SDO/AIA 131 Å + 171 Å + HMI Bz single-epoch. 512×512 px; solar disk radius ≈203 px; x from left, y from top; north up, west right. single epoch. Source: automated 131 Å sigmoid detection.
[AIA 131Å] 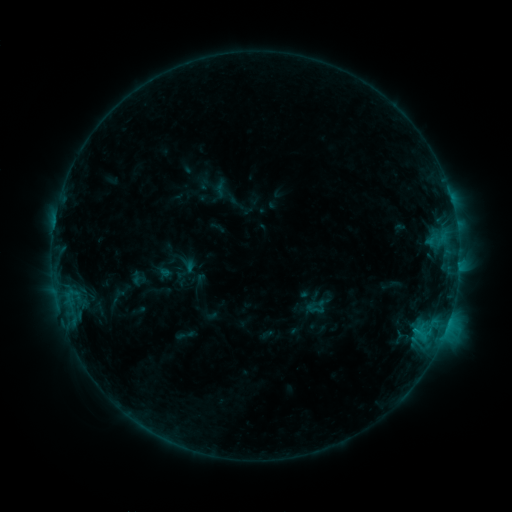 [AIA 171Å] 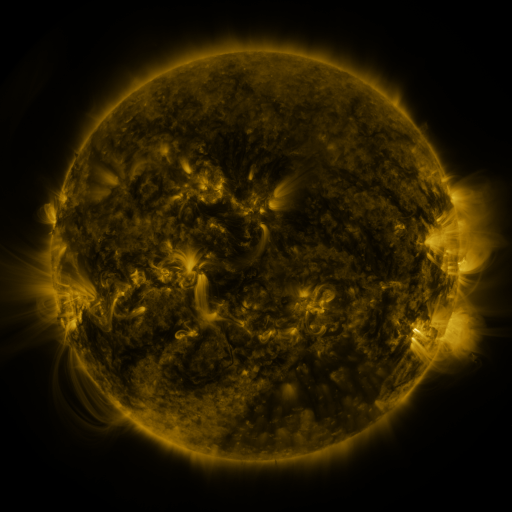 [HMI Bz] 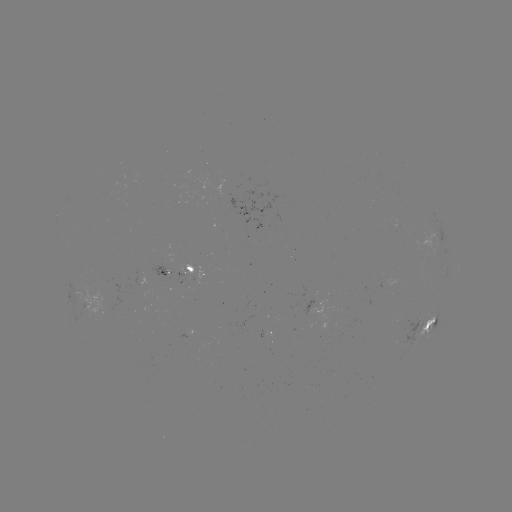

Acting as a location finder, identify sigmoid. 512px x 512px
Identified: [315, 308].